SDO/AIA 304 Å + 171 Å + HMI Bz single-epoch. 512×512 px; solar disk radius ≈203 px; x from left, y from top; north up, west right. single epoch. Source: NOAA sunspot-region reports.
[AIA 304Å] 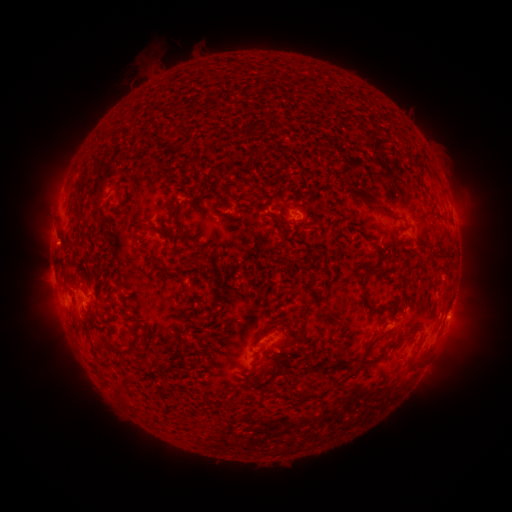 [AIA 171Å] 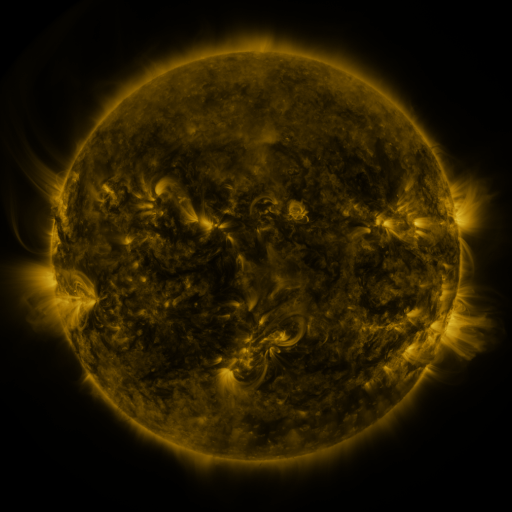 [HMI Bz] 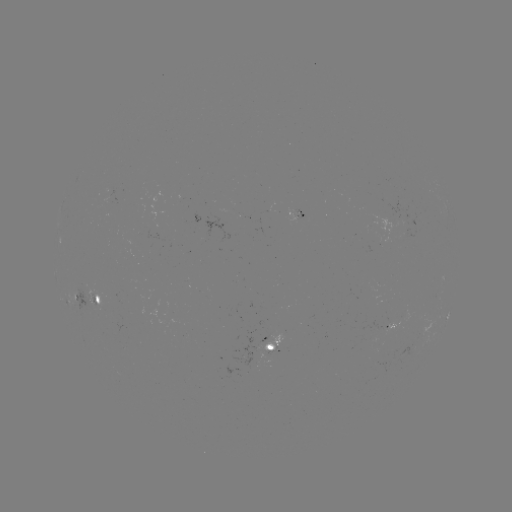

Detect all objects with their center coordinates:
spotted active region: (299, 216)
spotted active region: (93, 303)
spotted active region: (275, 348)
